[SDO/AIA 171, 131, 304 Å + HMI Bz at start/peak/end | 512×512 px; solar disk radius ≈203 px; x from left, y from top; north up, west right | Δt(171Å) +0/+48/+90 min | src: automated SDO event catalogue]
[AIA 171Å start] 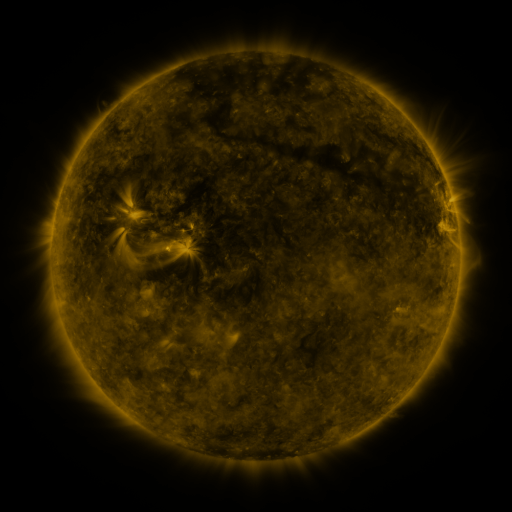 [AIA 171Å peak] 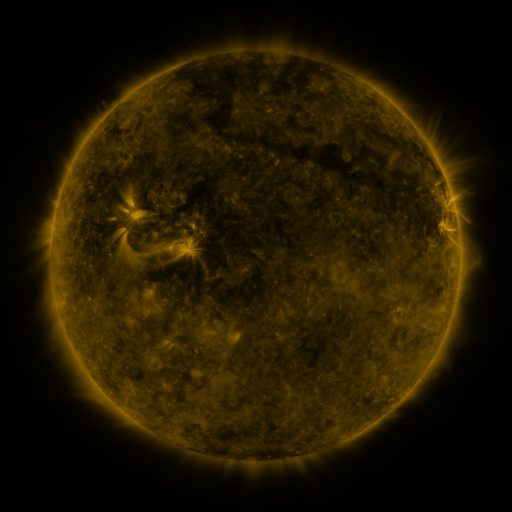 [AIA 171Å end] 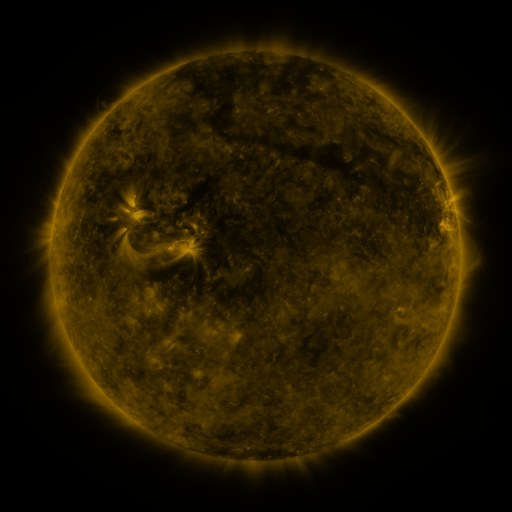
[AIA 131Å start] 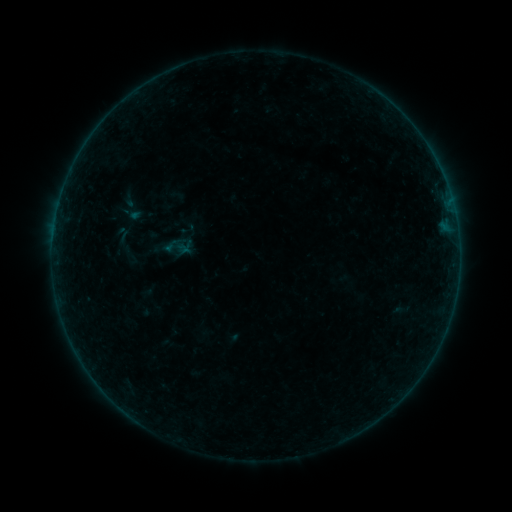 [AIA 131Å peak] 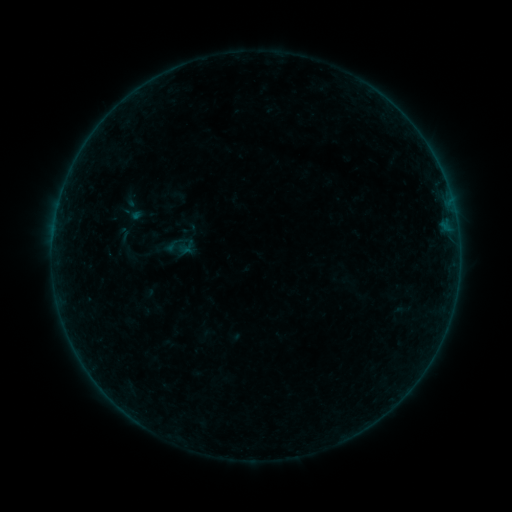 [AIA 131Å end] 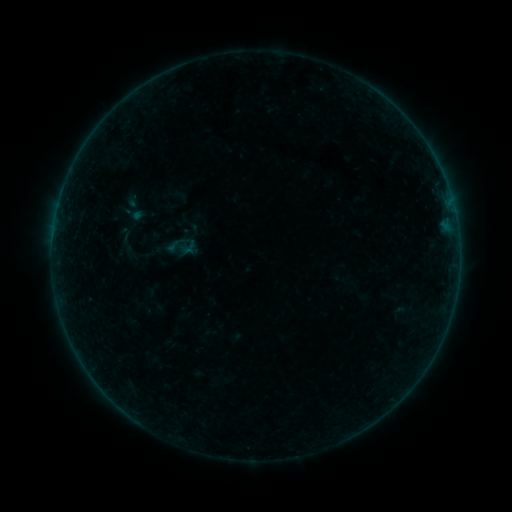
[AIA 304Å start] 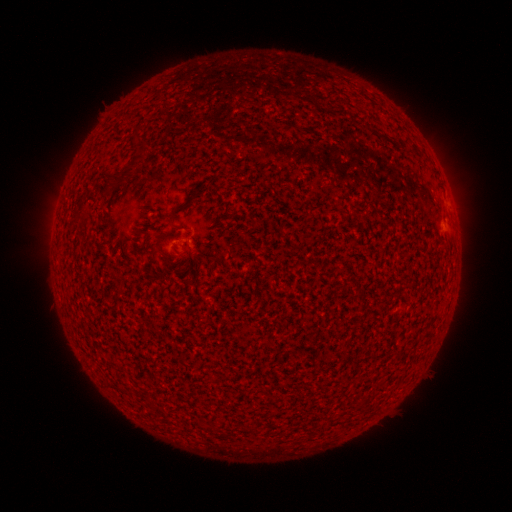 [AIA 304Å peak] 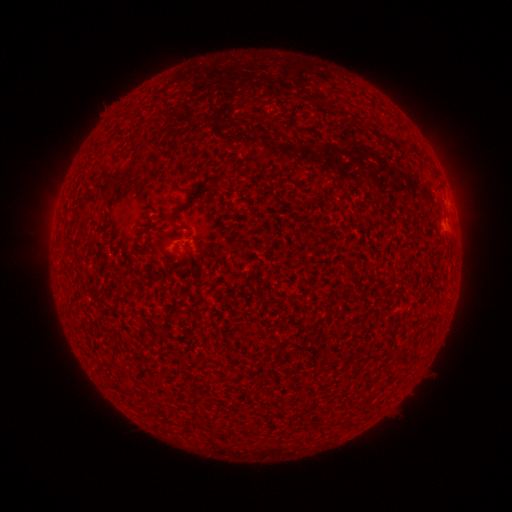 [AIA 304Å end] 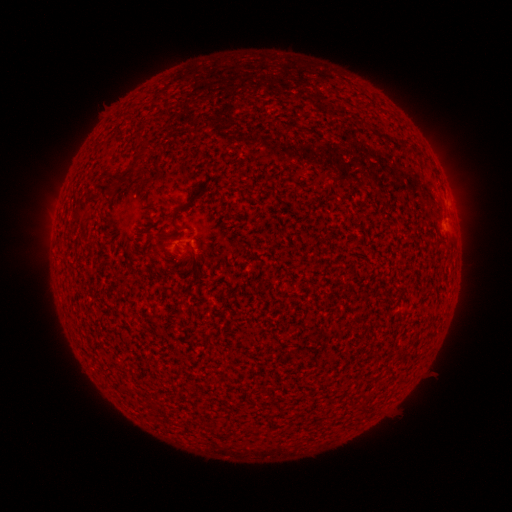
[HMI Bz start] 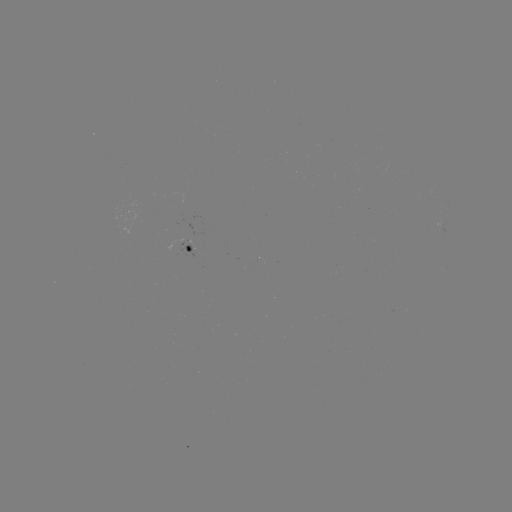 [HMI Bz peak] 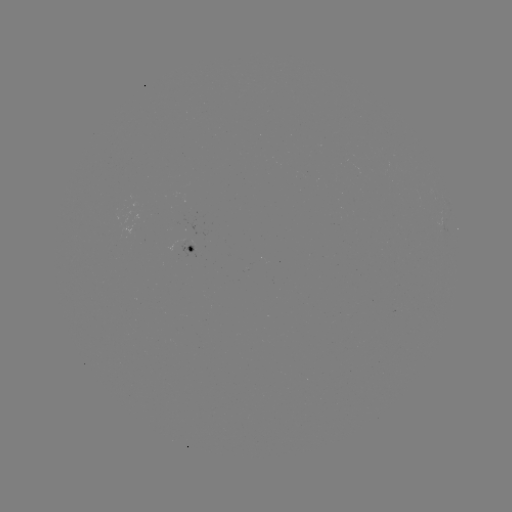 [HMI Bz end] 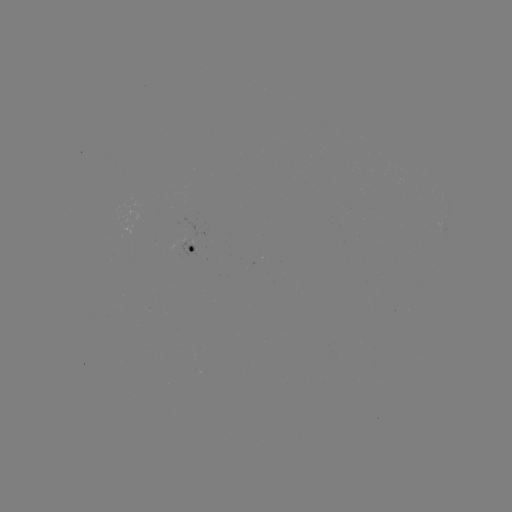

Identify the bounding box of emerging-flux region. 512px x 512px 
[179, 239, 194, 259].